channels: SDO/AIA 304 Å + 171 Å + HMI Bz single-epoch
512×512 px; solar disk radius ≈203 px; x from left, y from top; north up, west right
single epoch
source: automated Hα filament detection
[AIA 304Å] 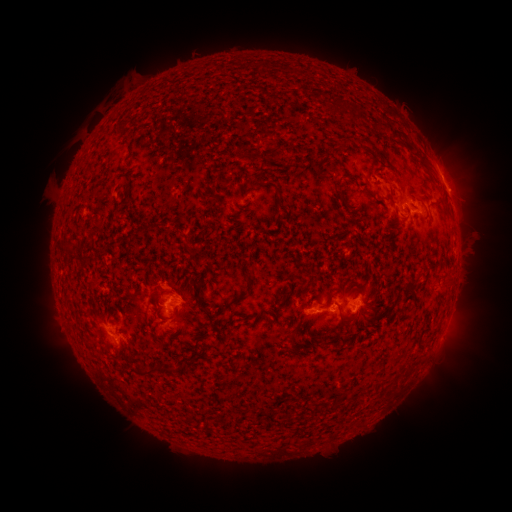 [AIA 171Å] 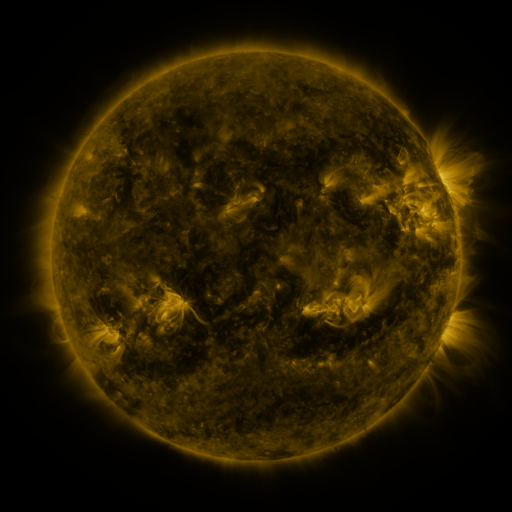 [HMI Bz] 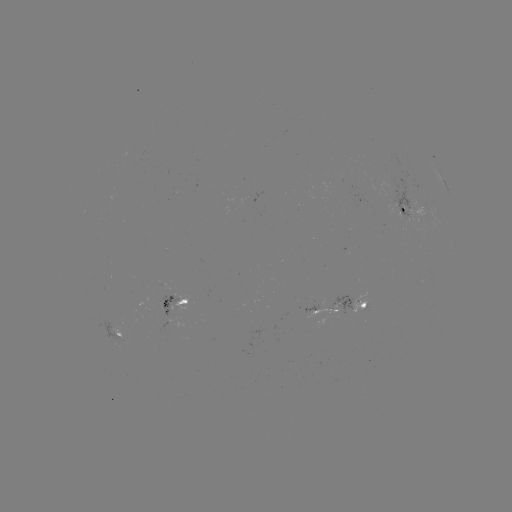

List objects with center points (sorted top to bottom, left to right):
filament: (335, 104)
filament: (345, 105)
filament: (344, 140)
filament: (415, 148)
filament: (244, 155)
filament: (250, 187)
filament: (344, 200)
filament: (141, 233)
filament: (411, 282)
filament: (344, 284)
filament: (161, 295)
filament: (243, 295)
filament: (199, 299)
filament: (341, 313)
filament: (258, 314)
filament: (186, 319)
filament: (295, 333)
filament: (314, 337)
filament: (337, 343)
filament: (158, 368)
